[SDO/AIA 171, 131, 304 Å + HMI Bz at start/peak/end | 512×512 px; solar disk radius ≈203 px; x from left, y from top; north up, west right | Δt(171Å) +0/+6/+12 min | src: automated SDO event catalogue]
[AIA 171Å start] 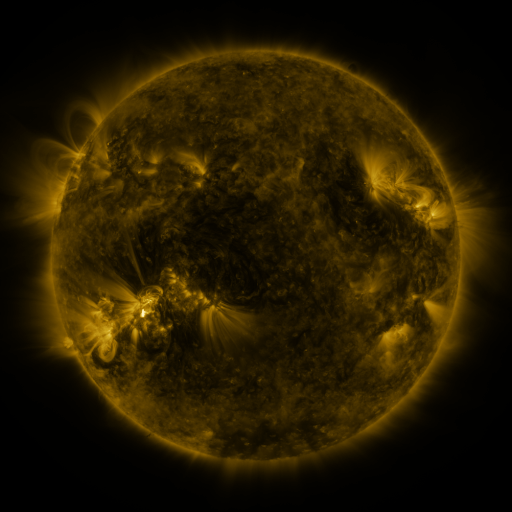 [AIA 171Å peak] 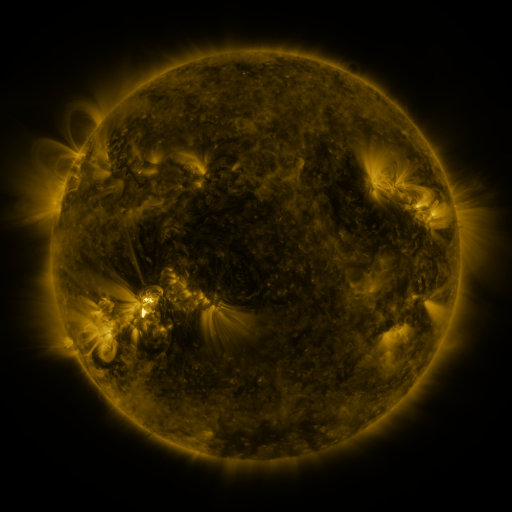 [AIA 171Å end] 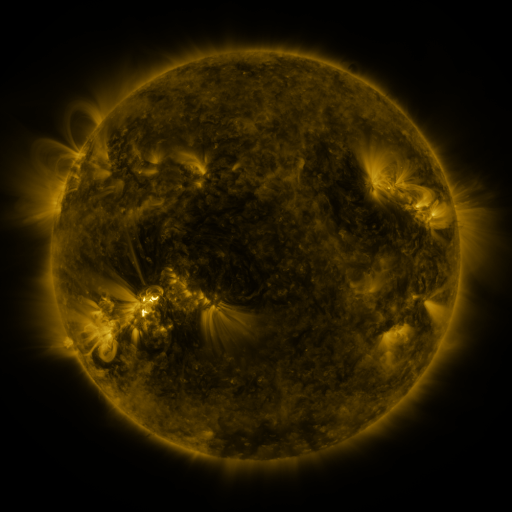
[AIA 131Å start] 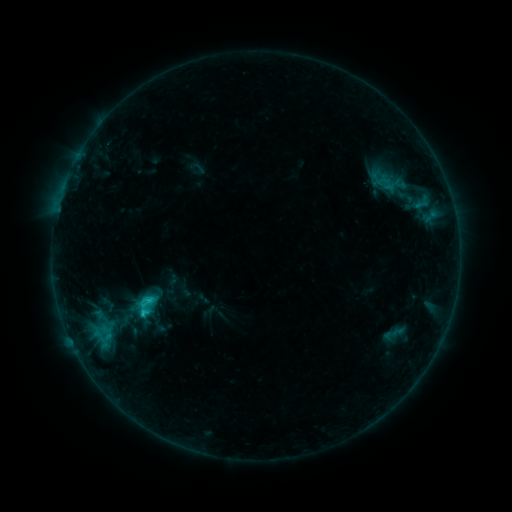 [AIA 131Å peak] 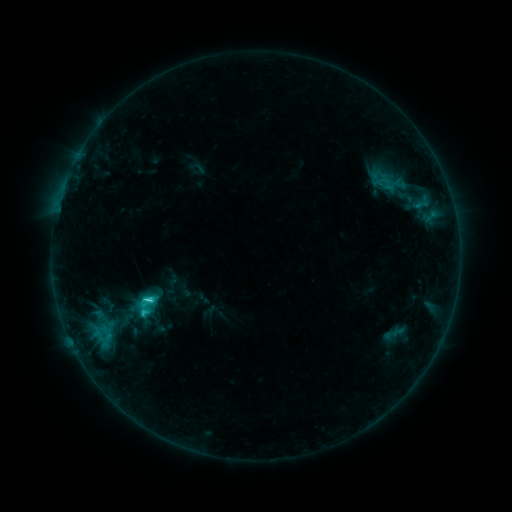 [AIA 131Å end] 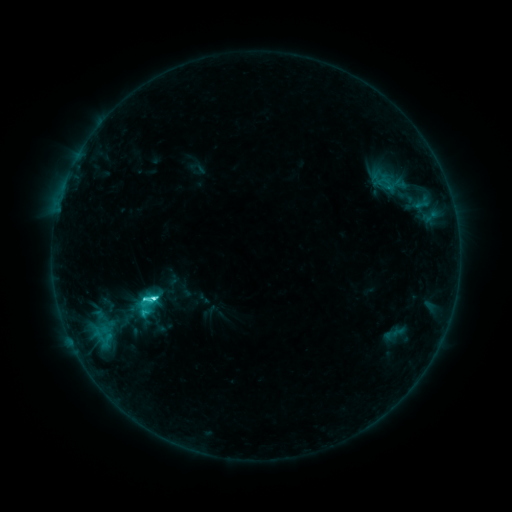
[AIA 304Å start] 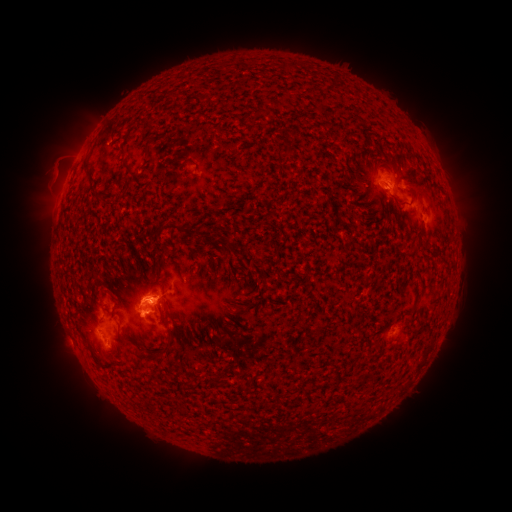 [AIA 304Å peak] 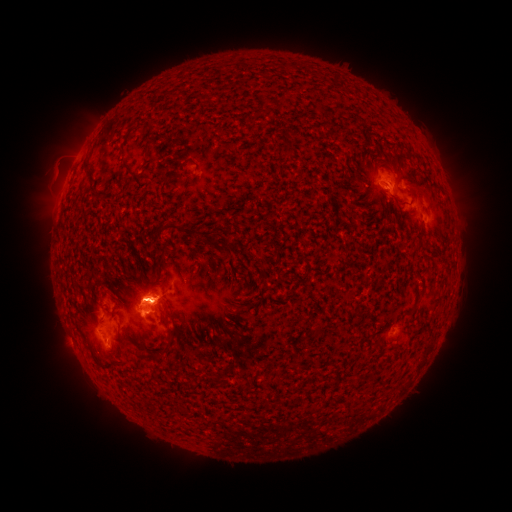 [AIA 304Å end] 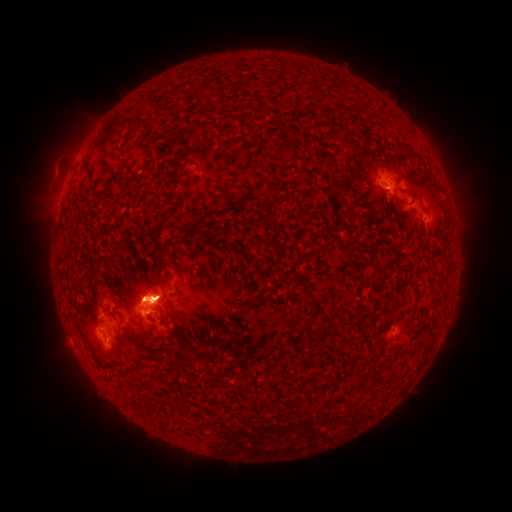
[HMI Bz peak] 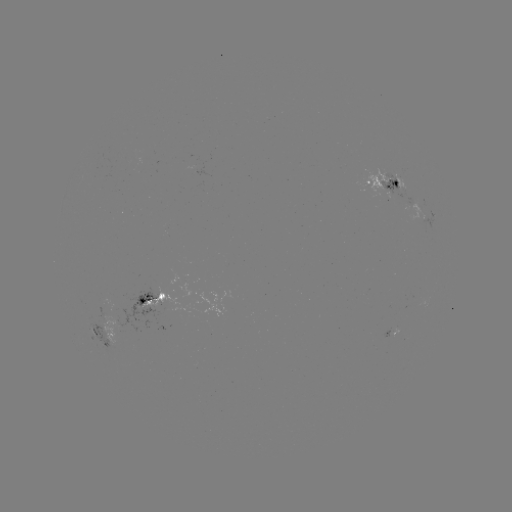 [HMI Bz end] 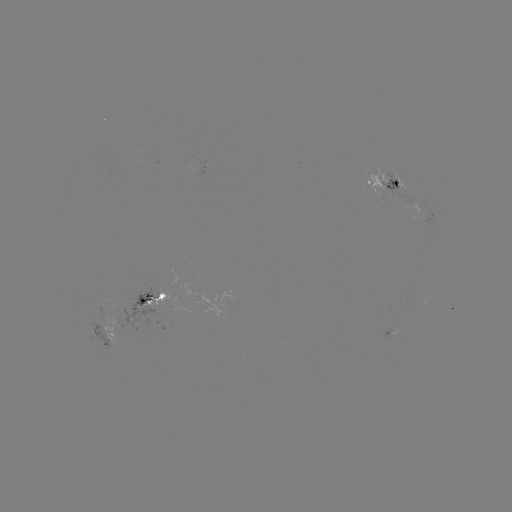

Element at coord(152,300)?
C5.5 flare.